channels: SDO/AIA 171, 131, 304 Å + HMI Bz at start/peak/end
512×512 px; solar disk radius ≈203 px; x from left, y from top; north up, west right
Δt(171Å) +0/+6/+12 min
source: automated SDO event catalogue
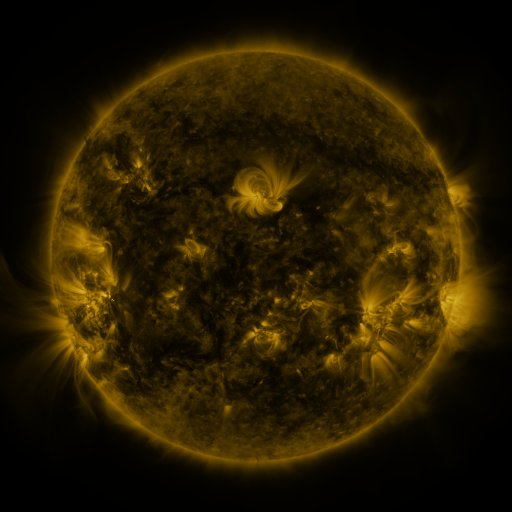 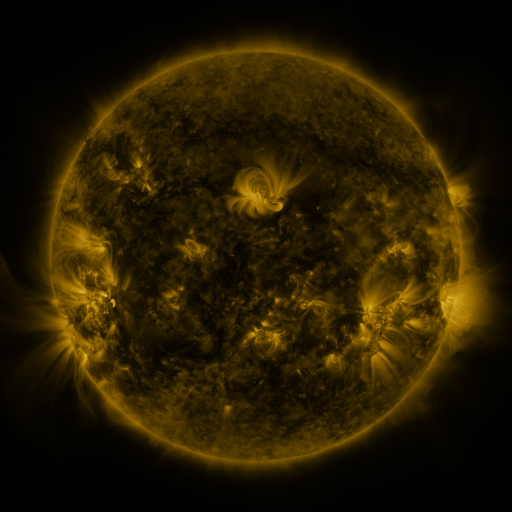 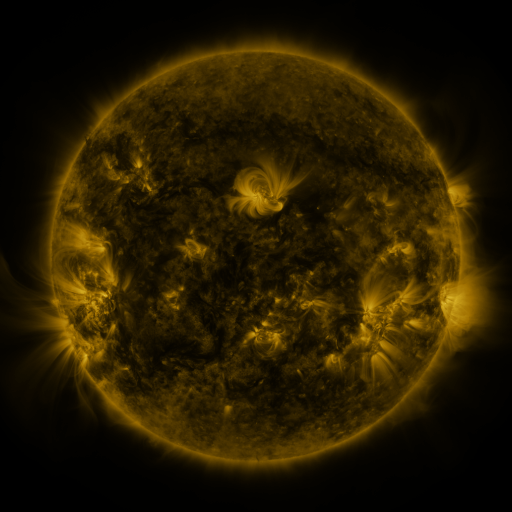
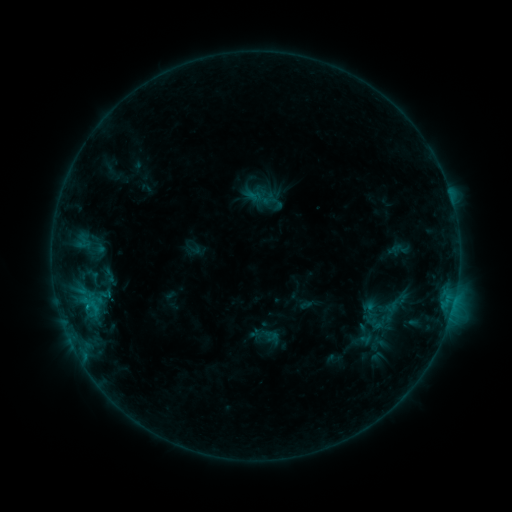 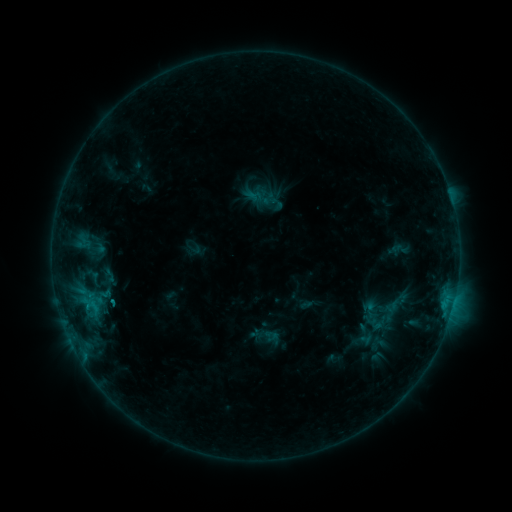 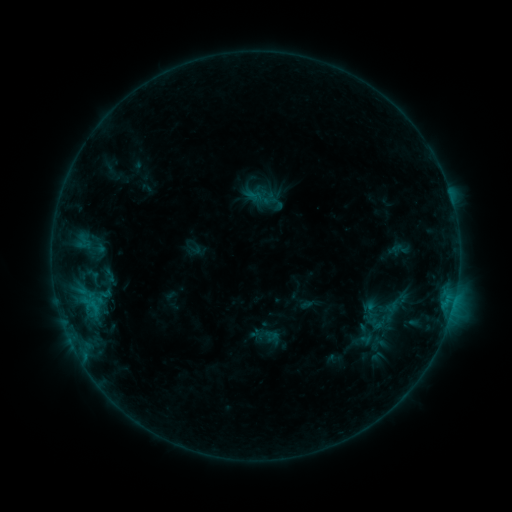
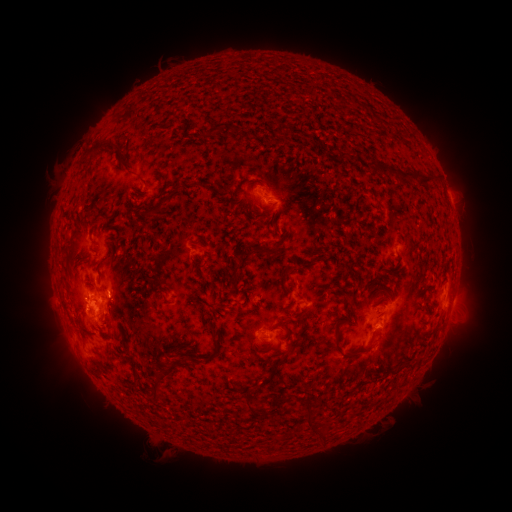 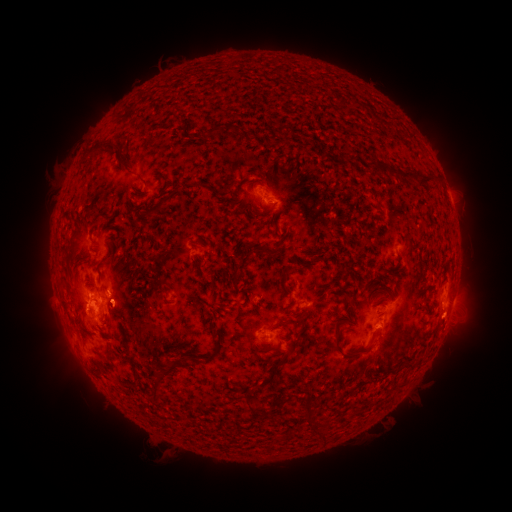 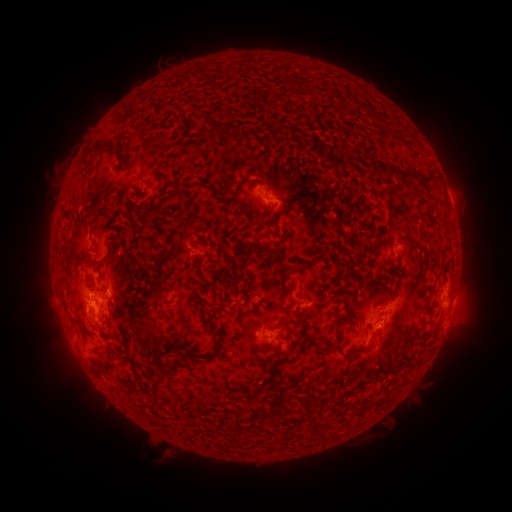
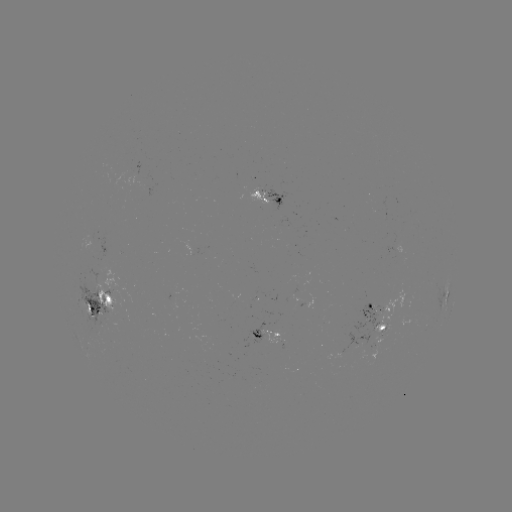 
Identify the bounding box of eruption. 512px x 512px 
[423, 298, 479, 345].